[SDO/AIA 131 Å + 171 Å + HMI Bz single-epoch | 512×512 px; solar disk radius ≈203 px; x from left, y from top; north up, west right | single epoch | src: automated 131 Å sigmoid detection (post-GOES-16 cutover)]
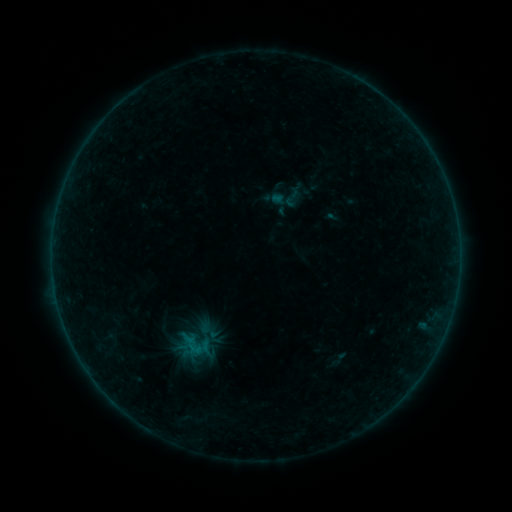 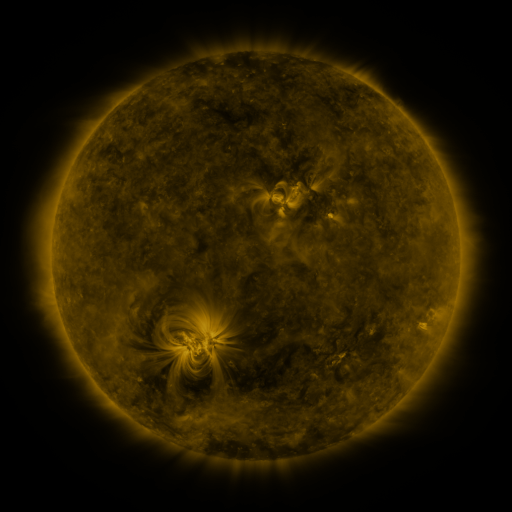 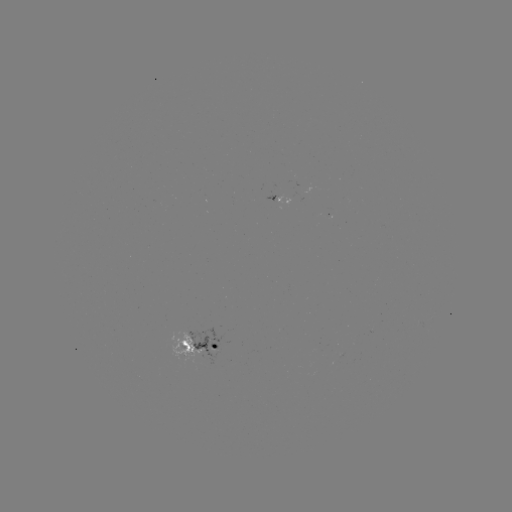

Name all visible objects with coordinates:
sigmoid: <bbox>169, 326, 219, 367</bbox>
